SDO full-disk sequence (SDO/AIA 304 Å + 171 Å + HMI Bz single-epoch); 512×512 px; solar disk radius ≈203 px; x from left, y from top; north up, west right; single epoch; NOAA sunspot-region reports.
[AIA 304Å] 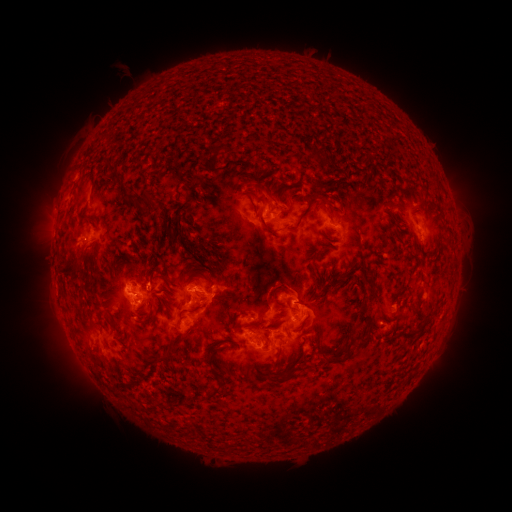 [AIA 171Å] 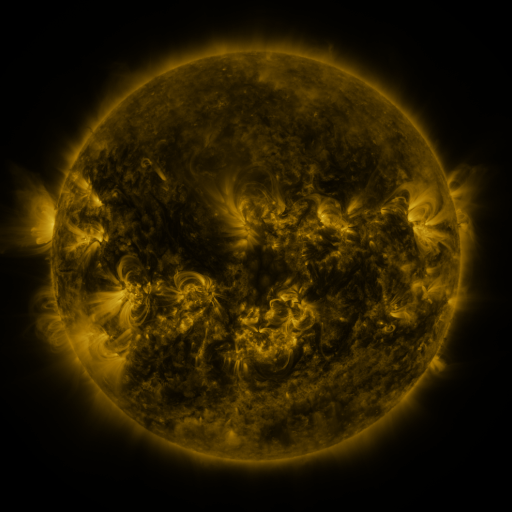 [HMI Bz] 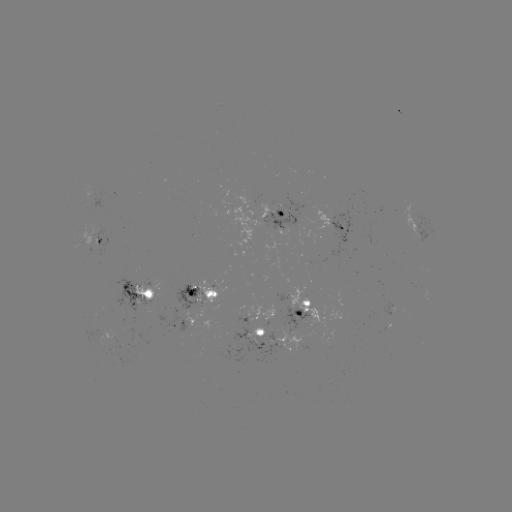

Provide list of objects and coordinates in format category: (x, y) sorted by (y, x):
spotted active region: (276, 214)
spotted active region: (337, 227)
spotted active region: (418, 227)
spotted active region: (92, 241)
spotted active region: (137, 293)
spotted active region: (200, 295)
spotted active region: (304, 309)
spotted active region: (182, 322)
spotted active region: (384, 330)
spotted active region: (265, 340)
